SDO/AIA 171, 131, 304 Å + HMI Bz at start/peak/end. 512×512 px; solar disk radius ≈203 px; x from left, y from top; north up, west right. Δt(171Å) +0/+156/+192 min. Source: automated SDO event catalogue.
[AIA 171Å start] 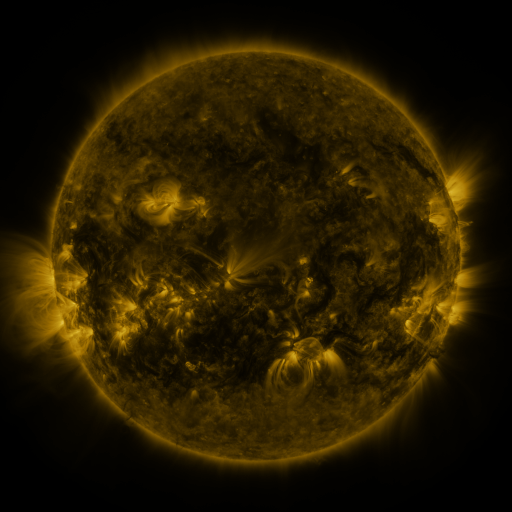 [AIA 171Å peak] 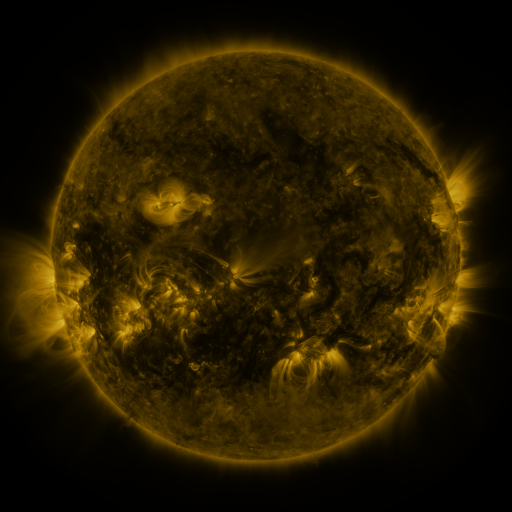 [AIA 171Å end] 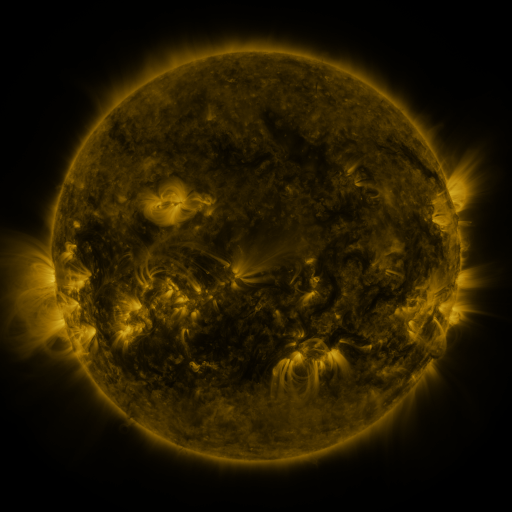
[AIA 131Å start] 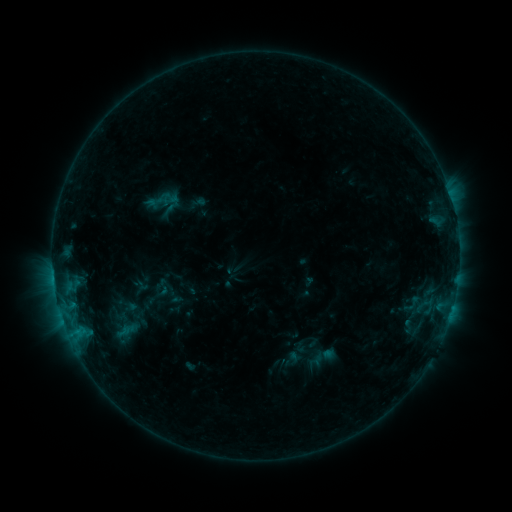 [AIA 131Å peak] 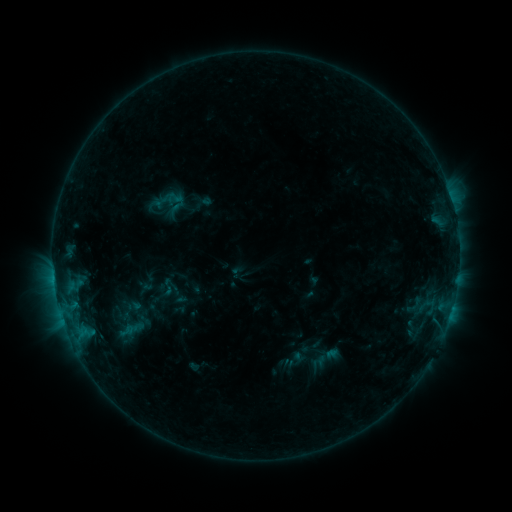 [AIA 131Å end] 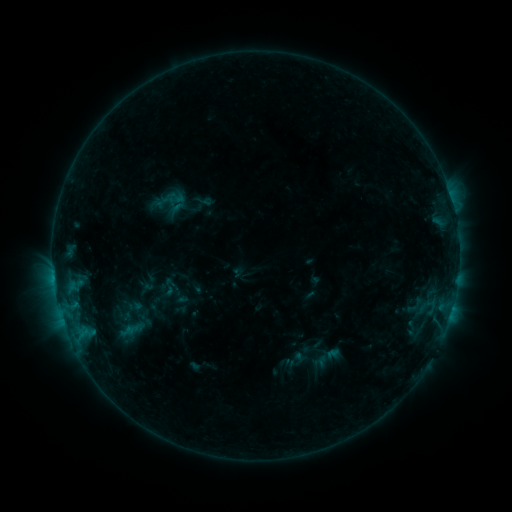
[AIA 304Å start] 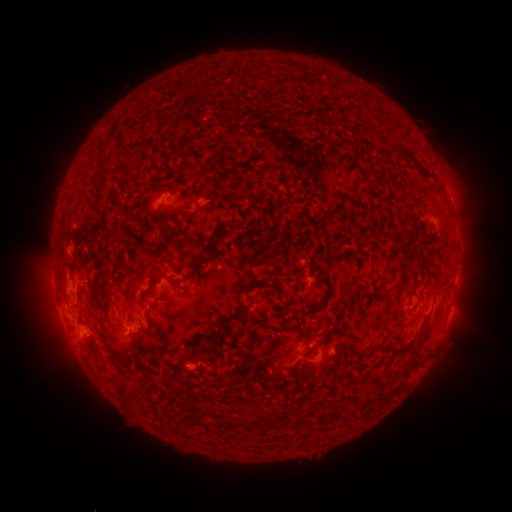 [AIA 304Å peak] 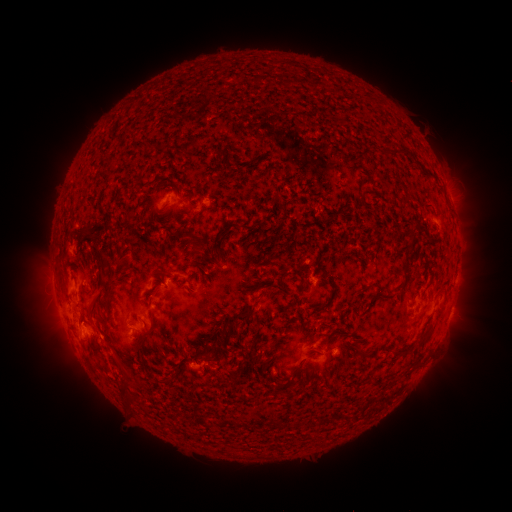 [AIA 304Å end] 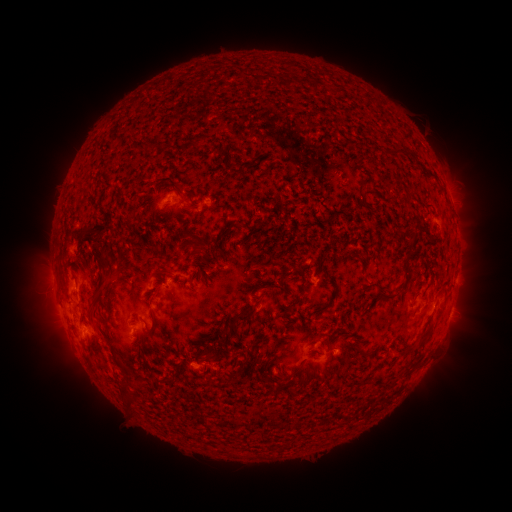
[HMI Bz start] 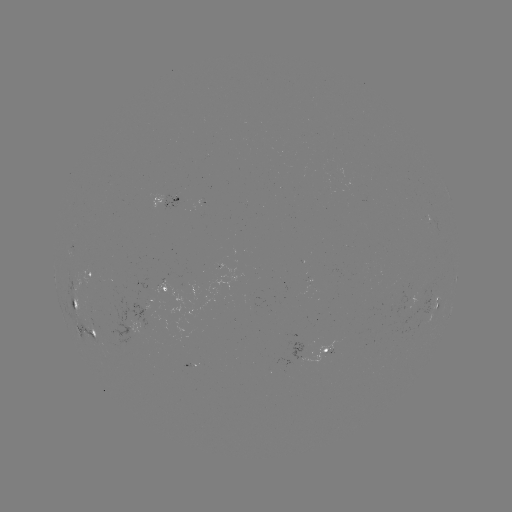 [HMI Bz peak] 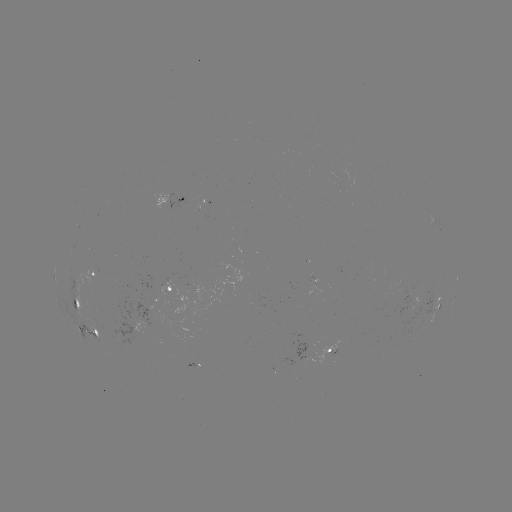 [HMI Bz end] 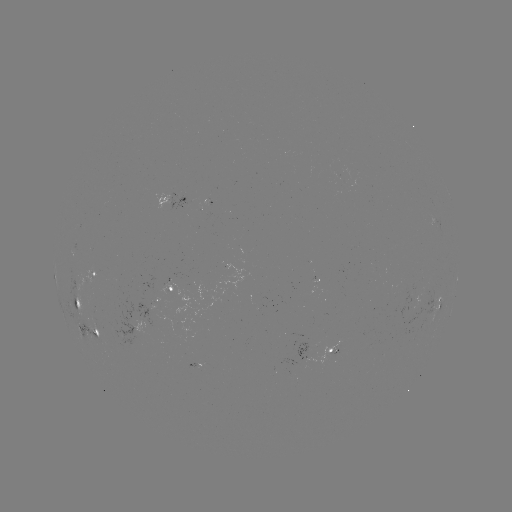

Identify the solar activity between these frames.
emerging-flux region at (93, 274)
